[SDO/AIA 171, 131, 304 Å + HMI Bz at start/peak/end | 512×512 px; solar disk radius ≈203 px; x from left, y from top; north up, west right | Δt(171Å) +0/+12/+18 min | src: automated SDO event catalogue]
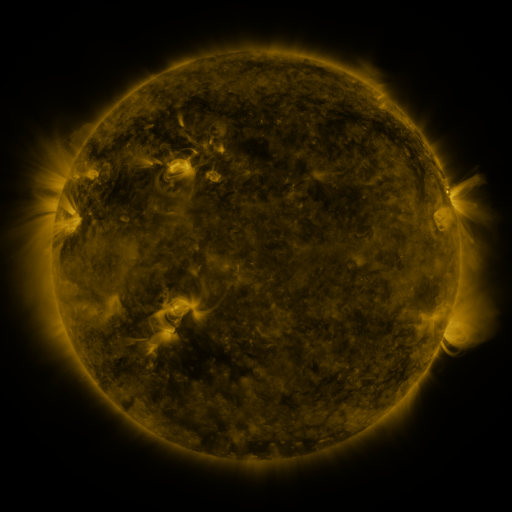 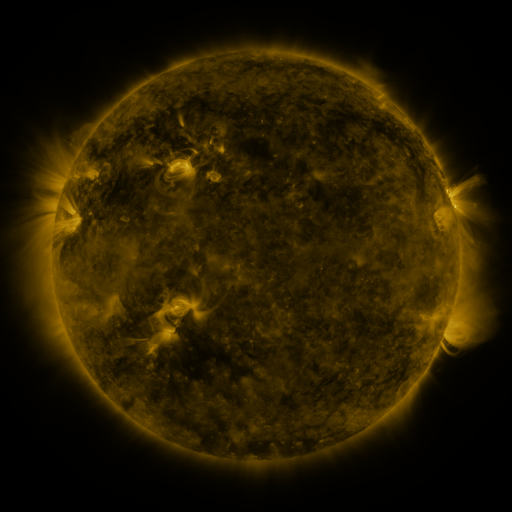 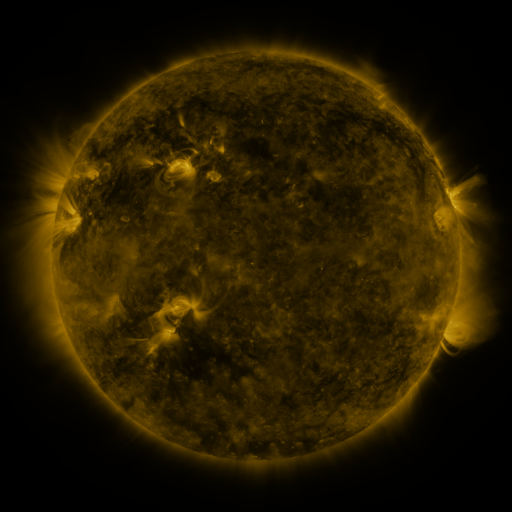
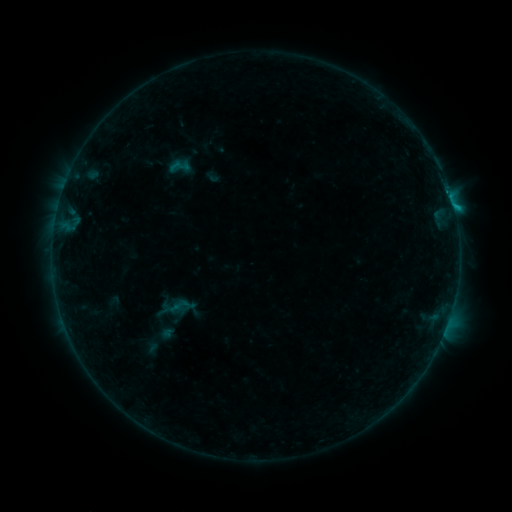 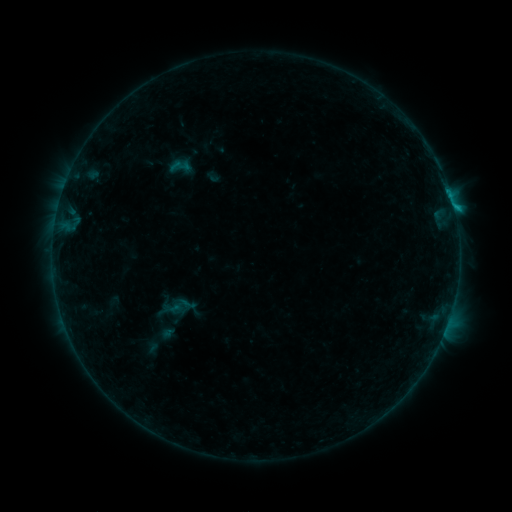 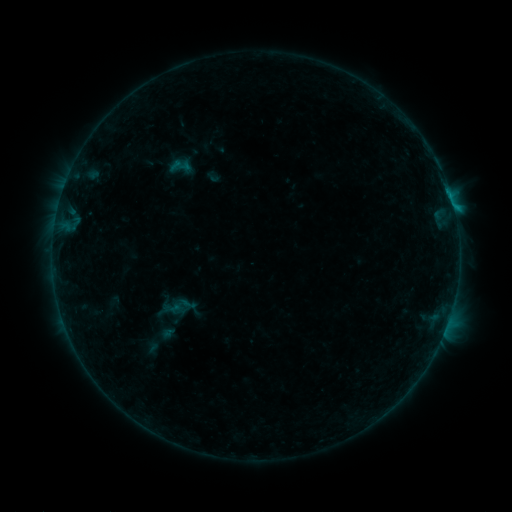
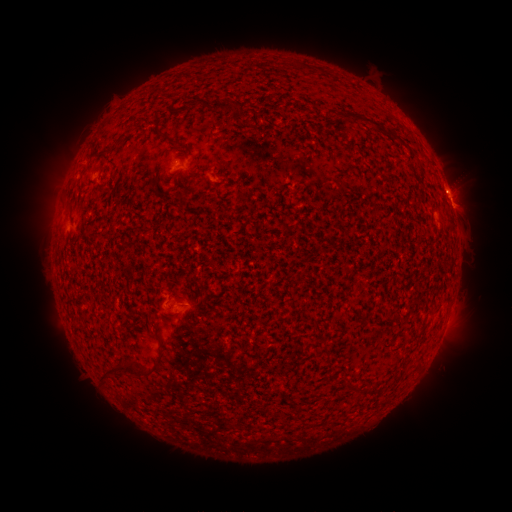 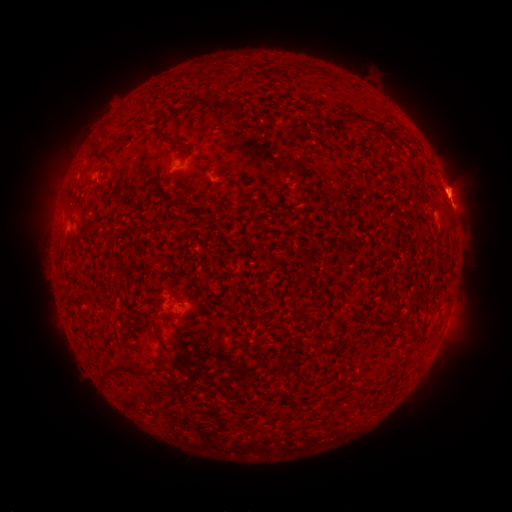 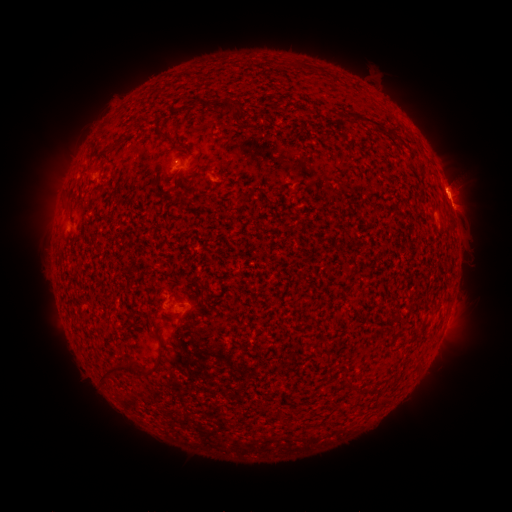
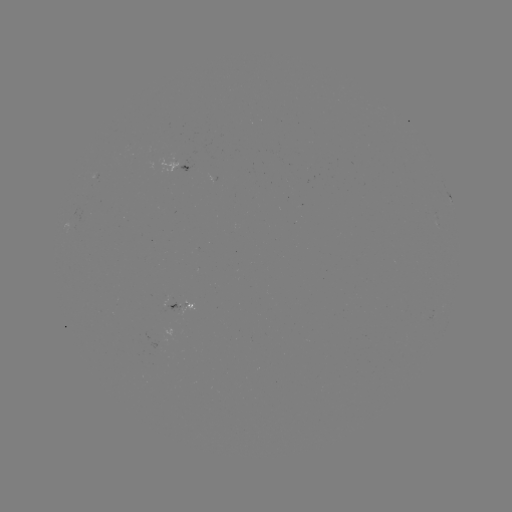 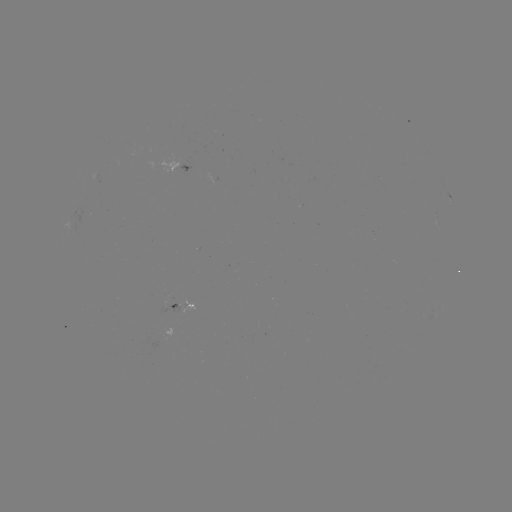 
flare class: B6.3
